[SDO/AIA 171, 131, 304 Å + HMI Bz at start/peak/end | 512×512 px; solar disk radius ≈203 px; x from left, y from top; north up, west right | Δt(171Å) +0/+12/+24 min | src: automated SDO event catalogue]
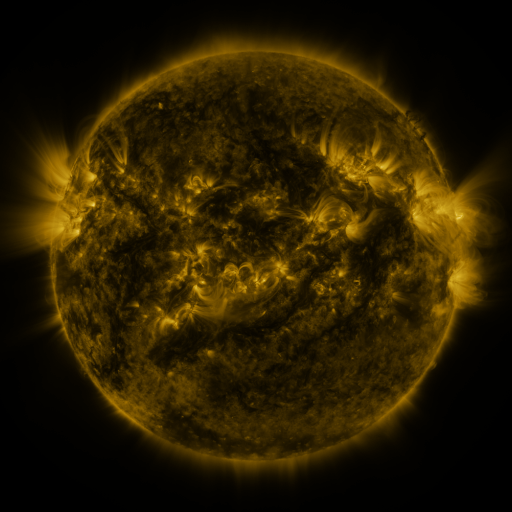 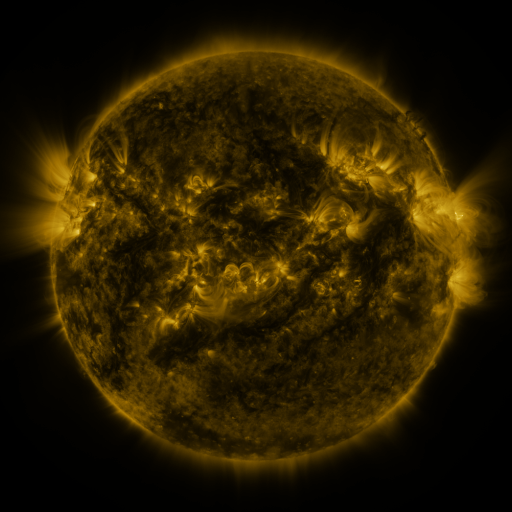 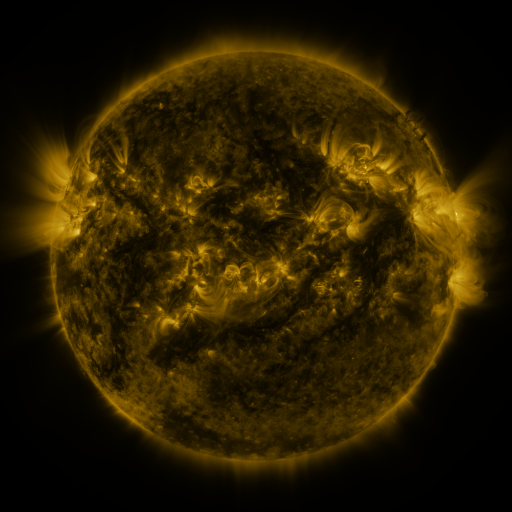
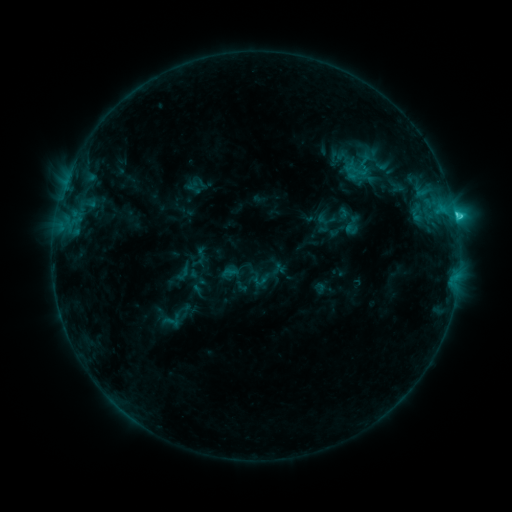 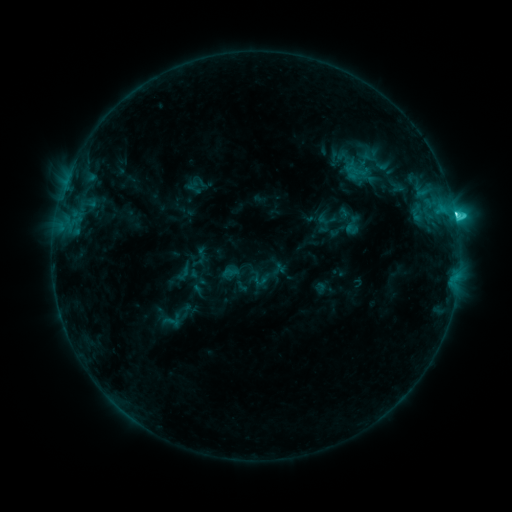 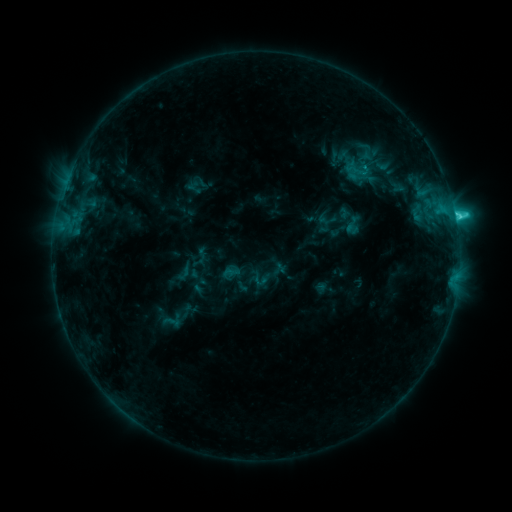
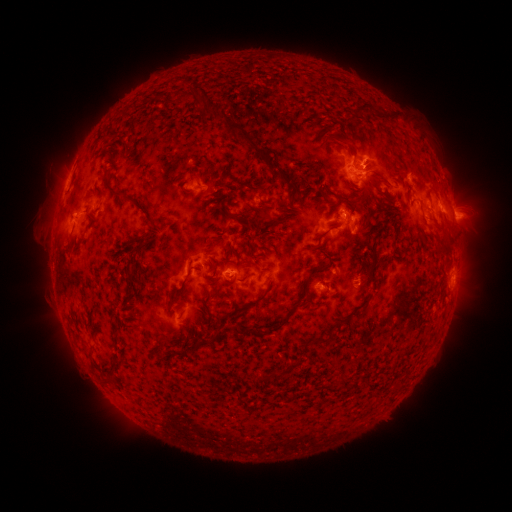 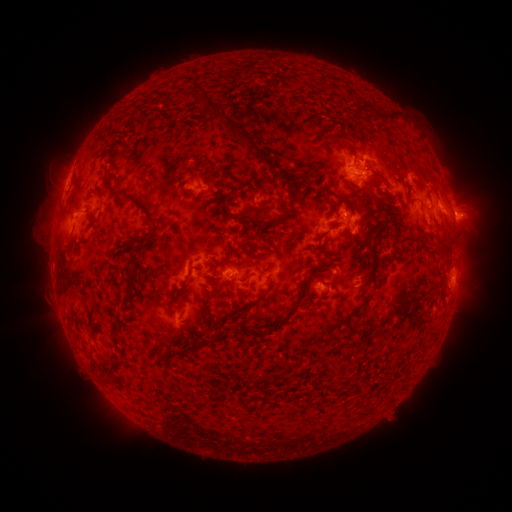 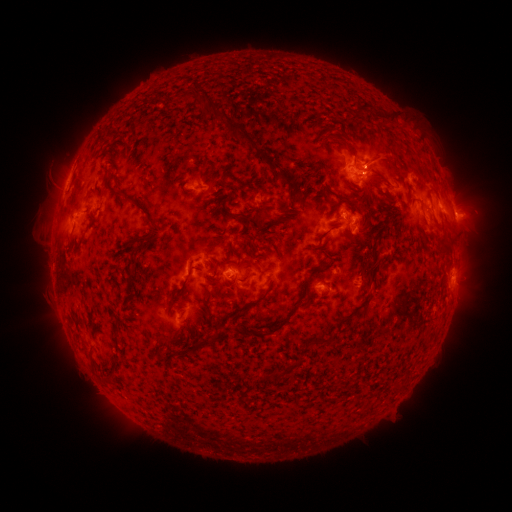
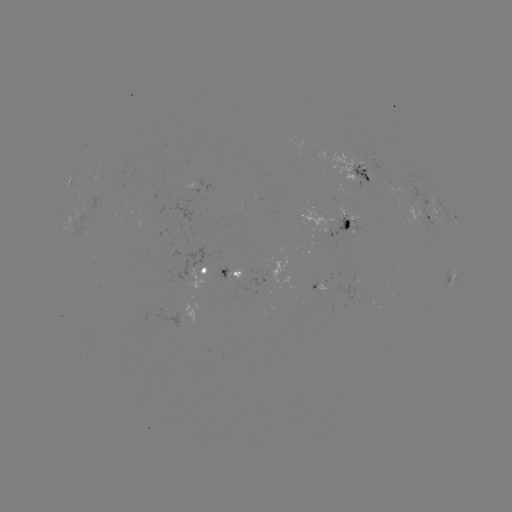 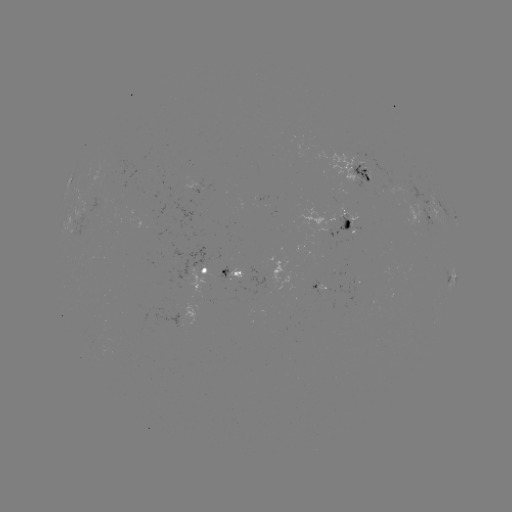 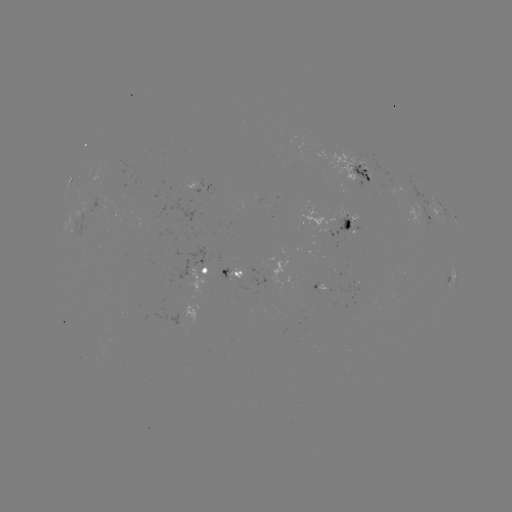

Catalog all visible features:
C4.1 flare: (452, 217)
